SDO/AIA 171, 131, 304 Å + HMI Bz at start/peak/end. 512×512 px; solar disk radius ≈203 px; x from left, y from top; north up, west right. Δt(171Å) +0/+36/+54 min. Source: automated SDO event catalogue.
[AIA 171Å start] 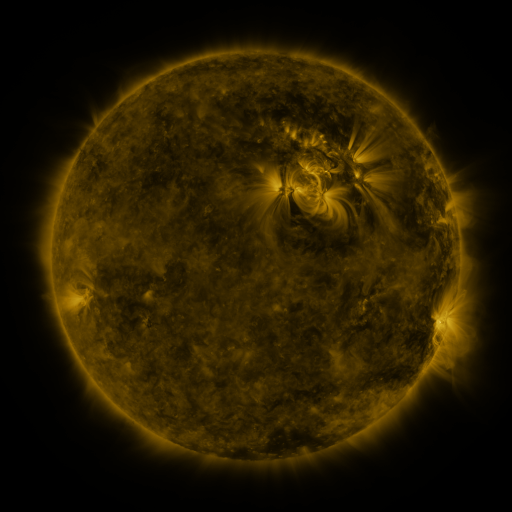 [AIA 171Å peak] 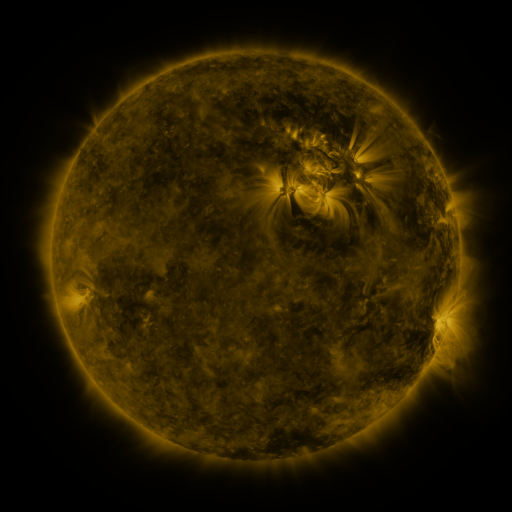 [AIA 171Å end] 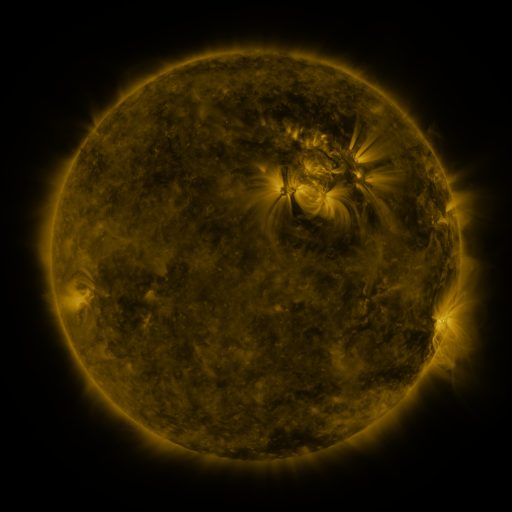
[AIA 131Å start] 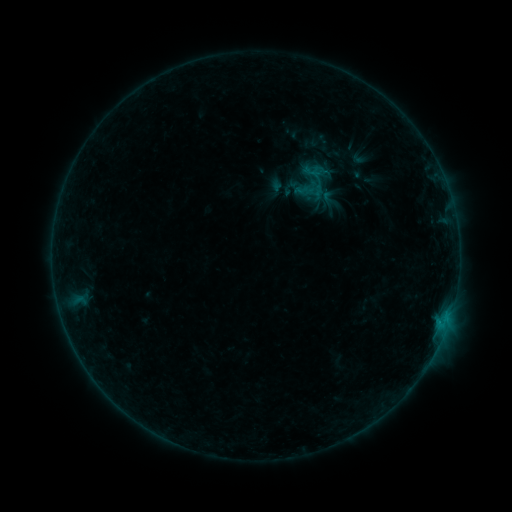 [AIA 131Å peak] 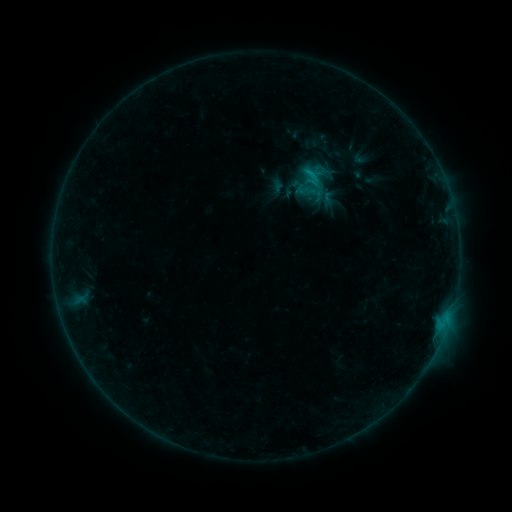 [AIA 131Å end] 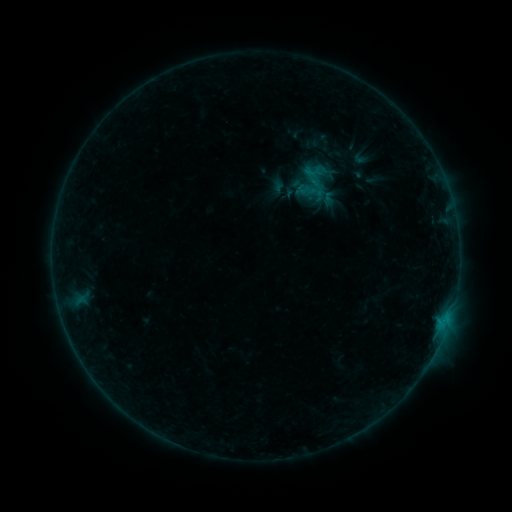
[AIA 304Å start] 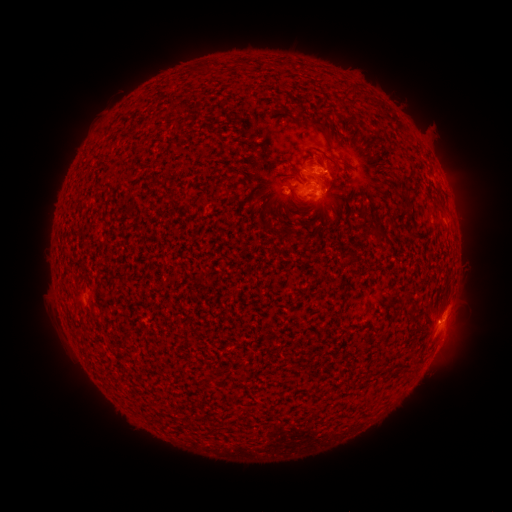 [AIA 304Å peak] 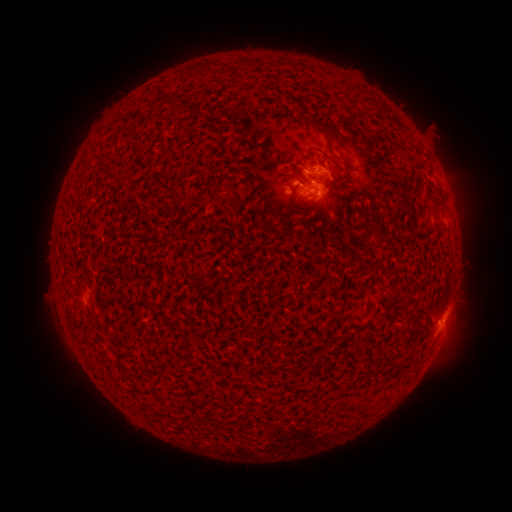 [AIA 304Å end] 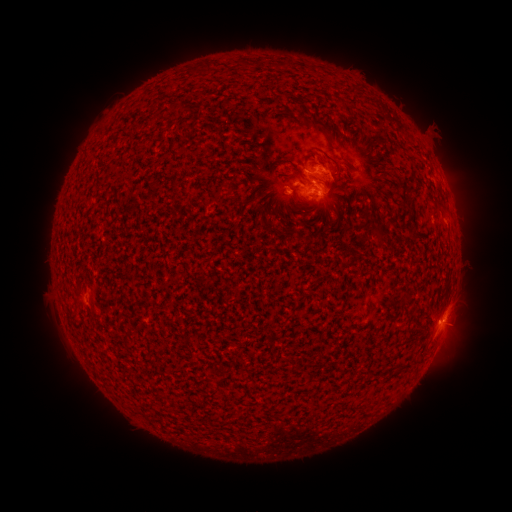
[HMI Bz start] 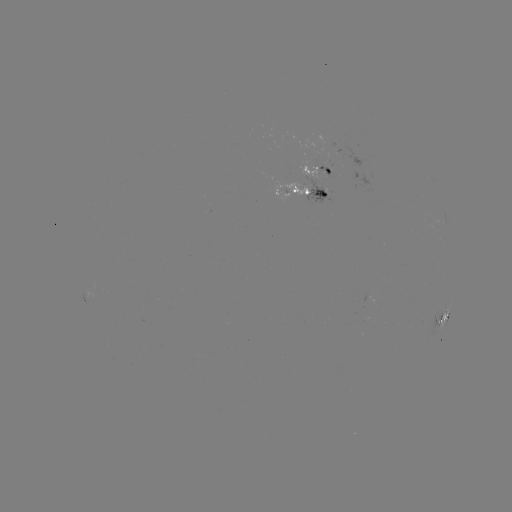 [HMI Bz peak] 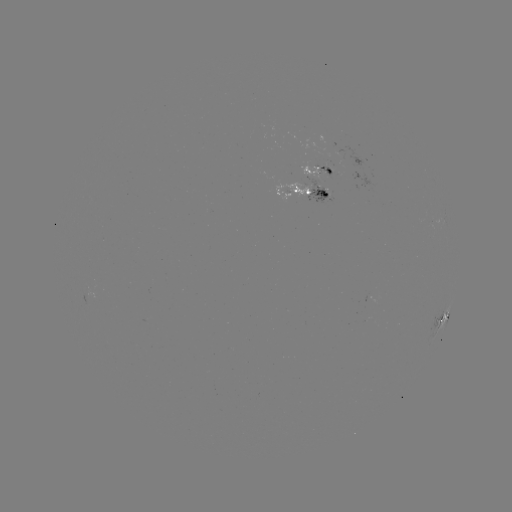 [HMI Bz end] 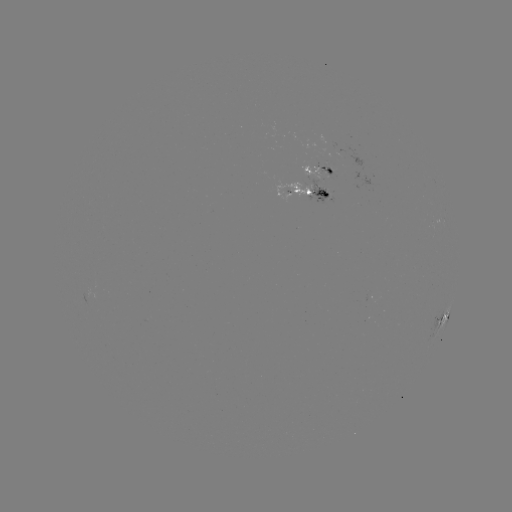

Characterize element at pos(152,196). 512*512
C1.2 flare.